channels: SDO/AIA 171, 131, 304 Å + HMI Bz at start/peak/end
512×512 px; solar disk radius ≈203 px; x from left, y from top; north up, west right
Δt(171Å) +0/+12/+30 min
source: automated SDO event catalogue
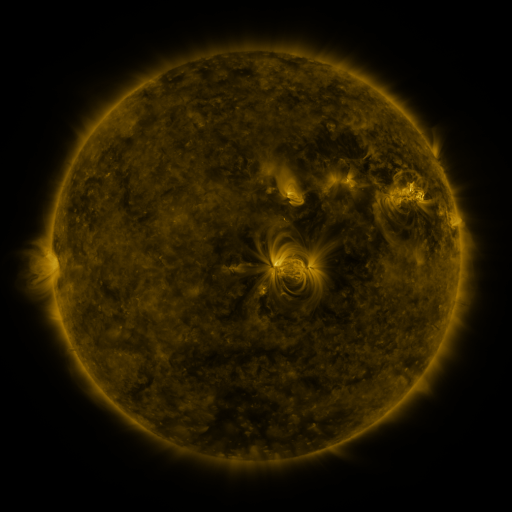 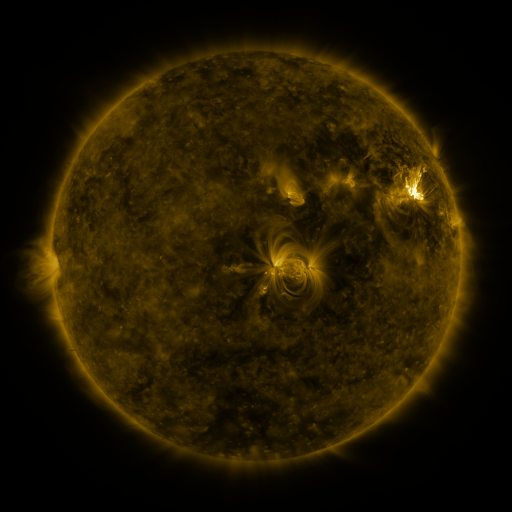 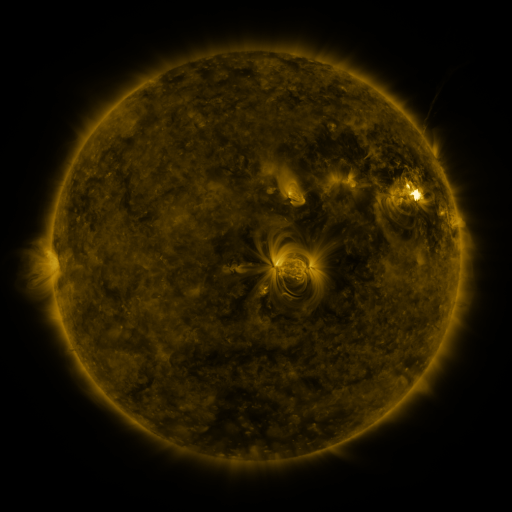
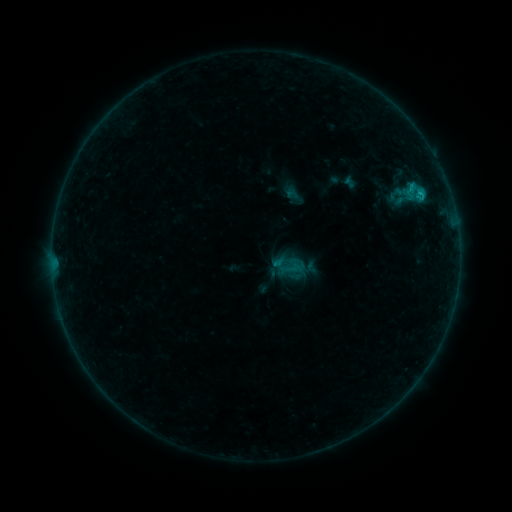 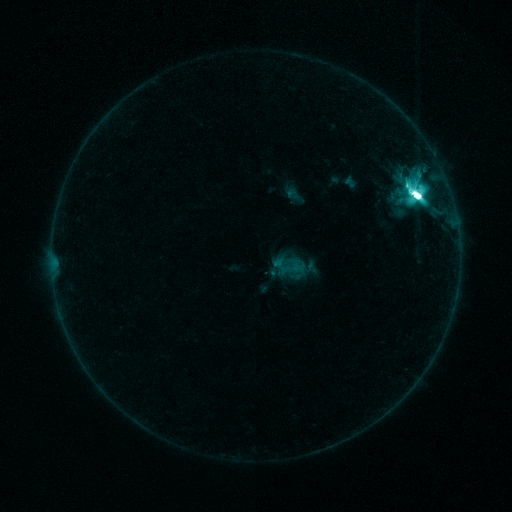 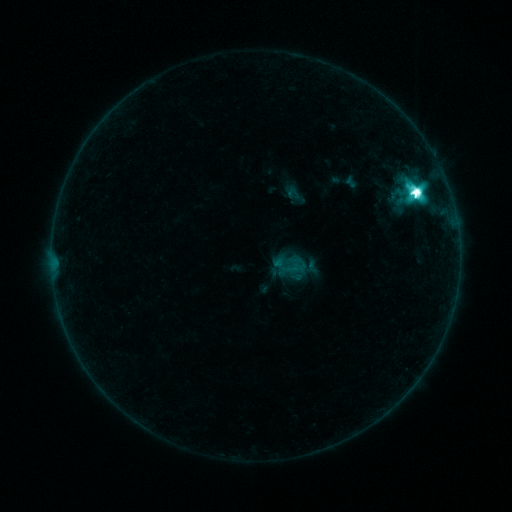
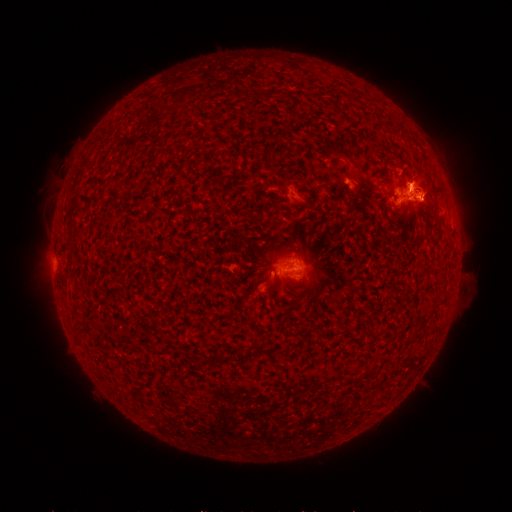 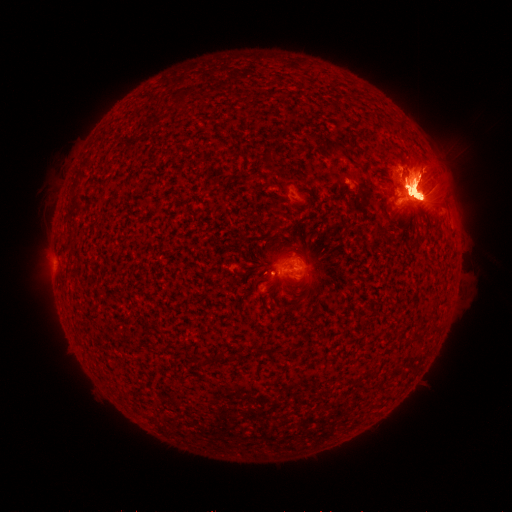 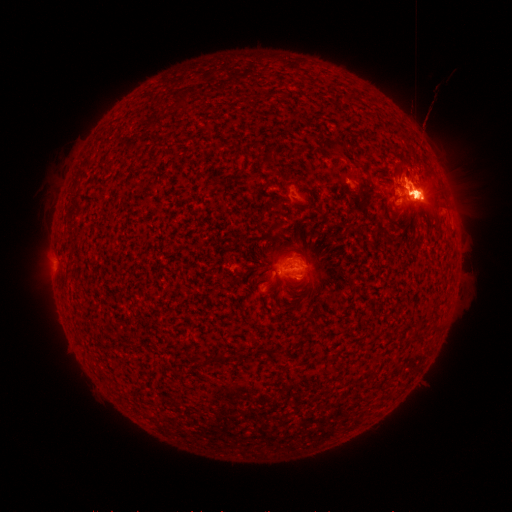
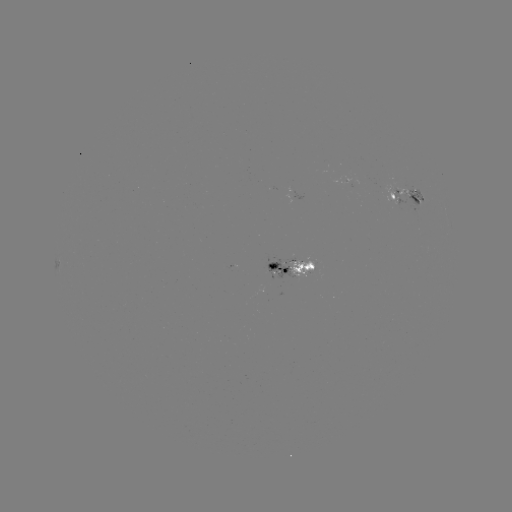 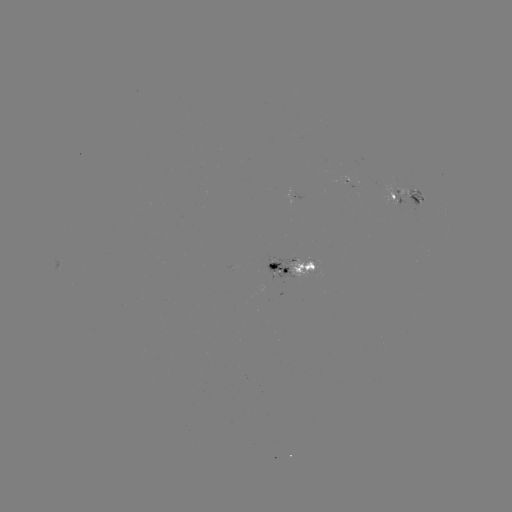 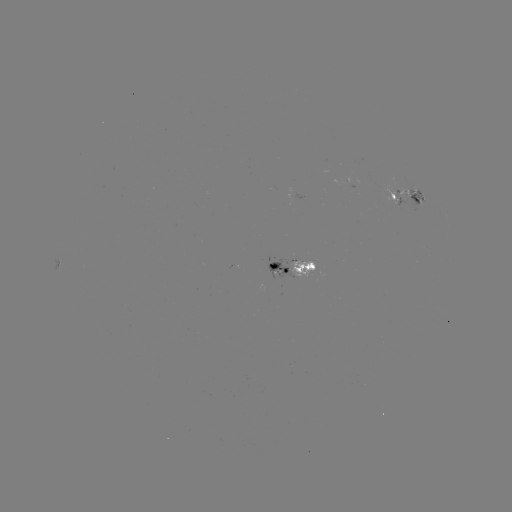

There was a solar flare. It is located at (416, 197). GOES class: M4.4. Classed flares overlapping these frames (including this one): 1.